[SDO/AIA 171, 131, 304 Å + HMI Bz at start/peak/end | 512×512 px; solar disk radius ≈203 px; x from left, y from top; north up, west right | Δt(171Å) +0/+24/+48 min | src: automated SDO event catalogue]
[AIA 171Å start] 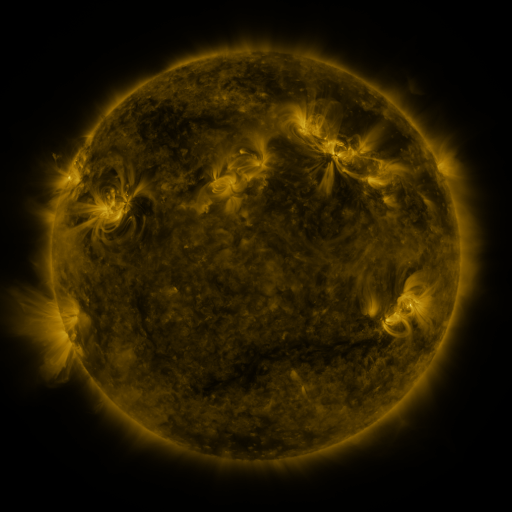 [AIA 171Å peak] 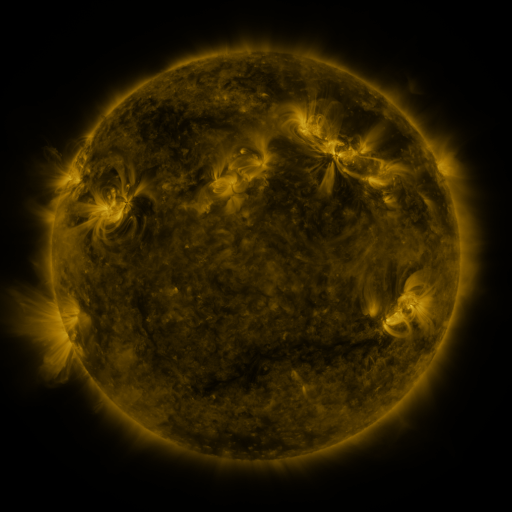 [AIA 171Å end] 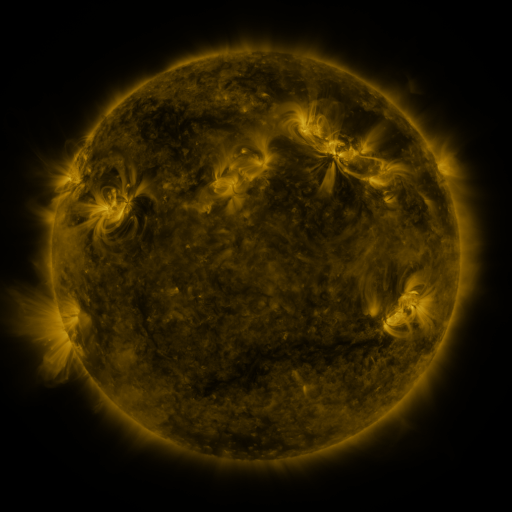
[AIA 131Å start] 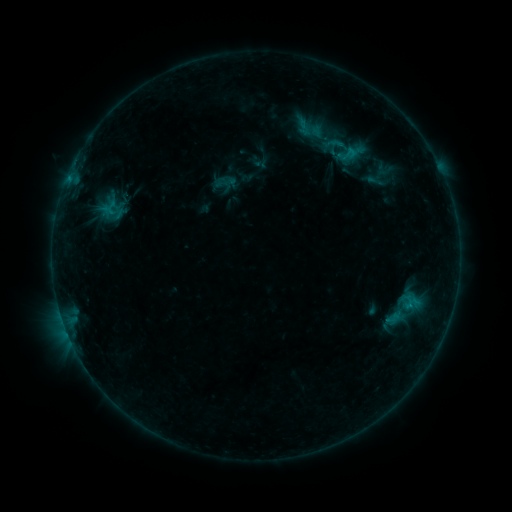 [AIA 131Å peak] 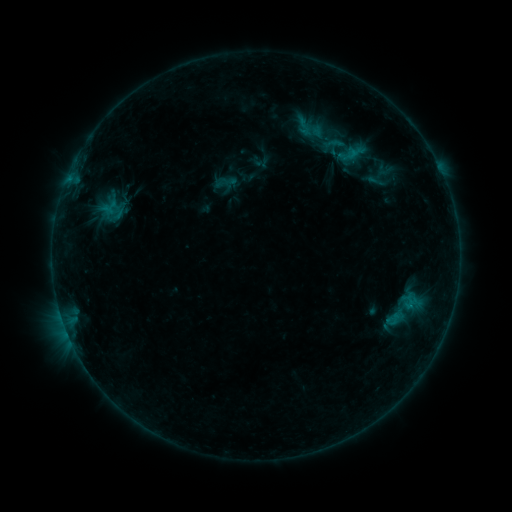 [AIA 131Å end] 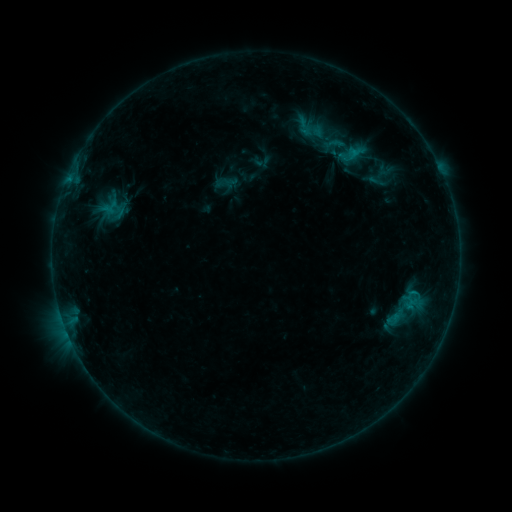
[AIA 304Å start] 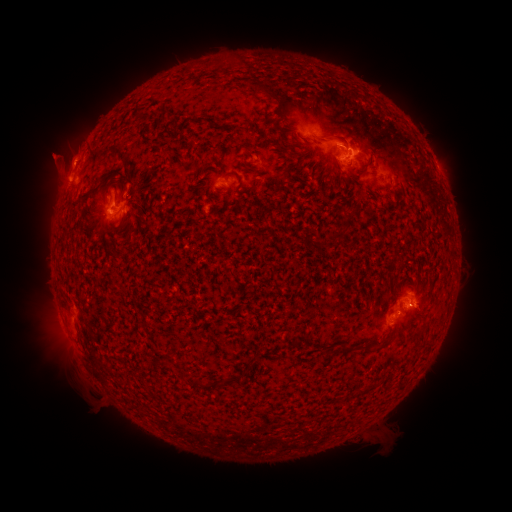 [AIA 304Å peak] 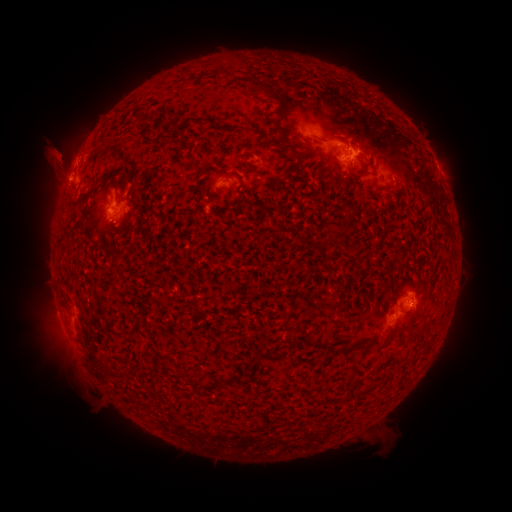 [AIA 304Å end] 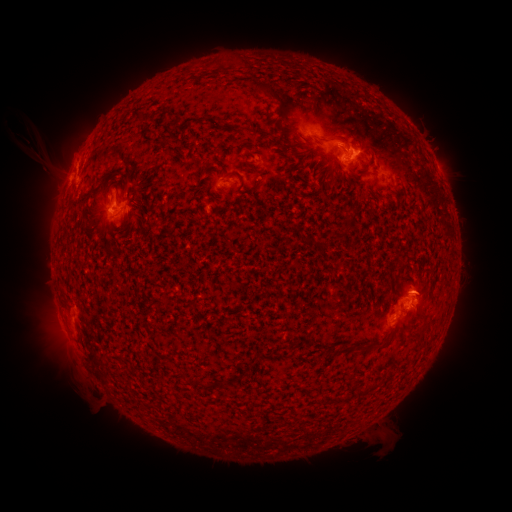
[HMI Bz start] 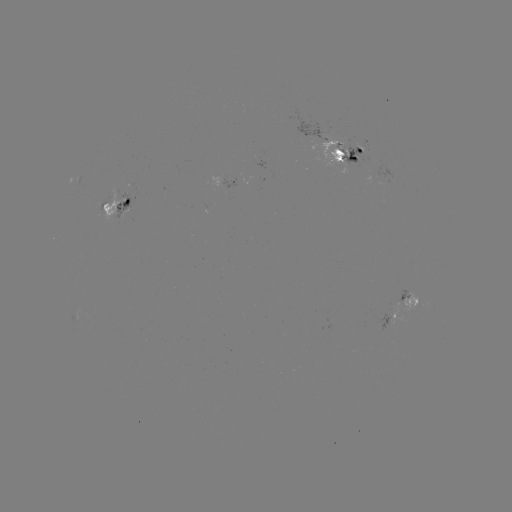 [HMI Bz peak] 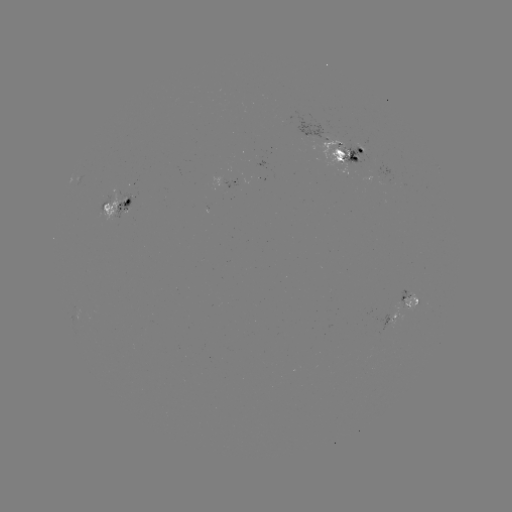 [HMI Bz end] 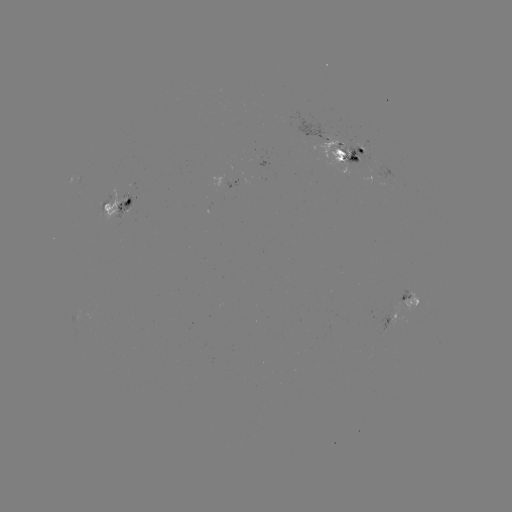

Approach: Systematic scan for emerging-flux region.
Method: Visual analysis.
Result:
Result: emerging-flux region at (130, 215).